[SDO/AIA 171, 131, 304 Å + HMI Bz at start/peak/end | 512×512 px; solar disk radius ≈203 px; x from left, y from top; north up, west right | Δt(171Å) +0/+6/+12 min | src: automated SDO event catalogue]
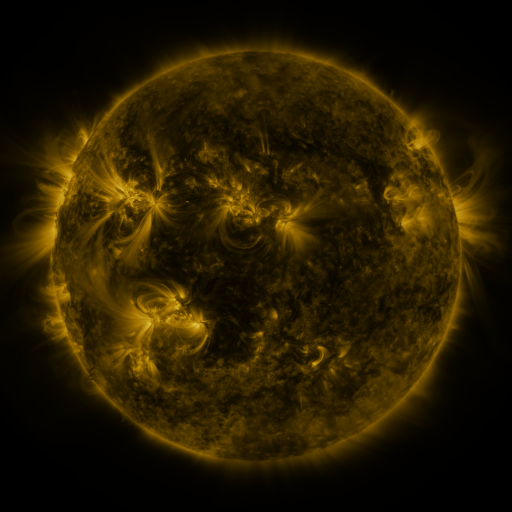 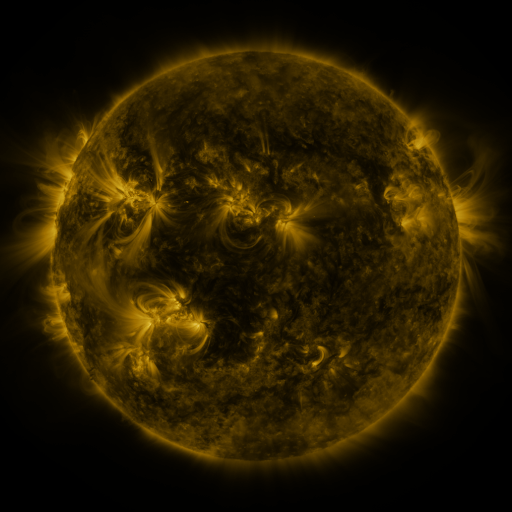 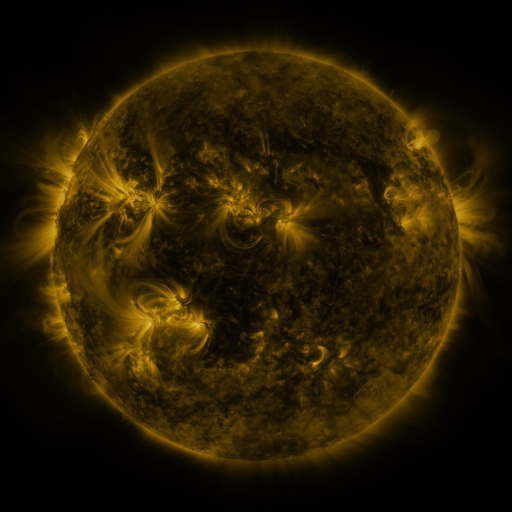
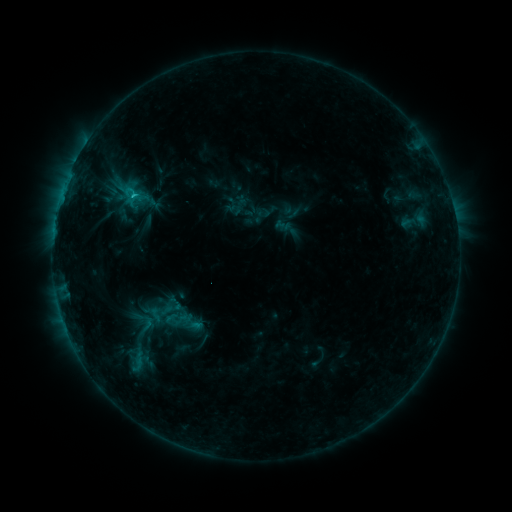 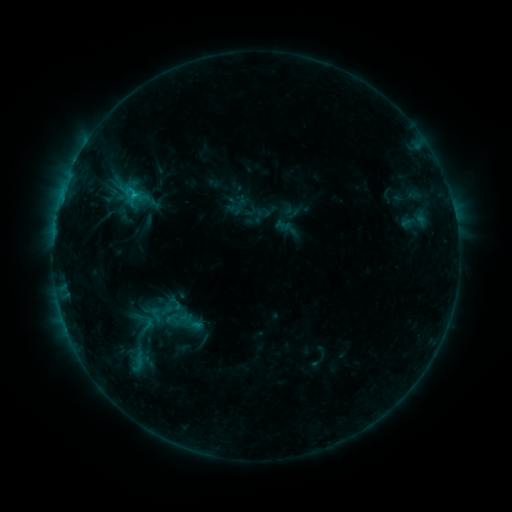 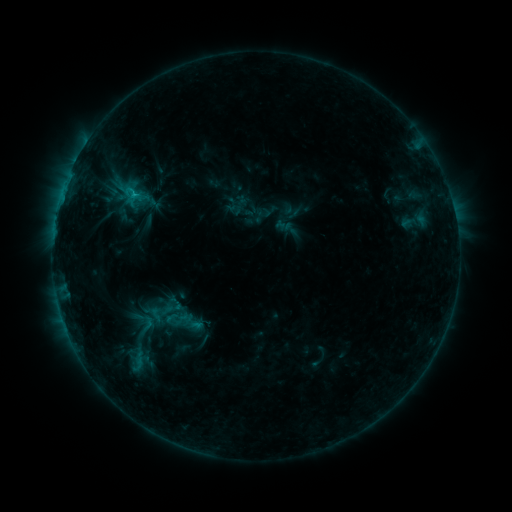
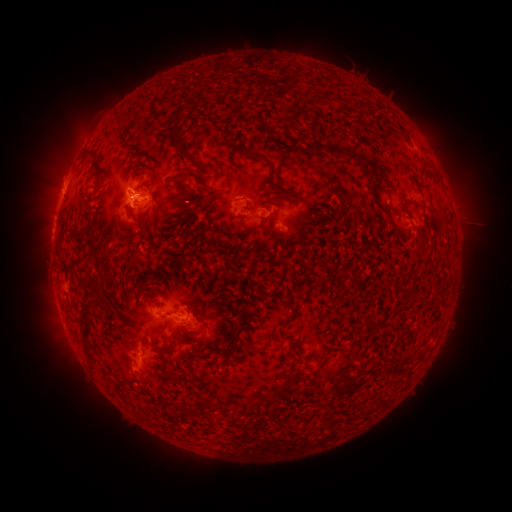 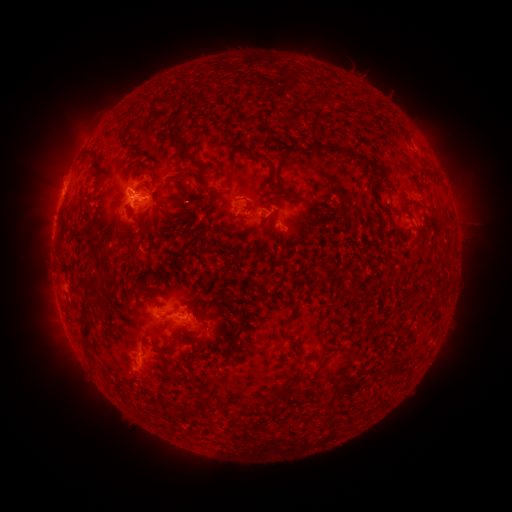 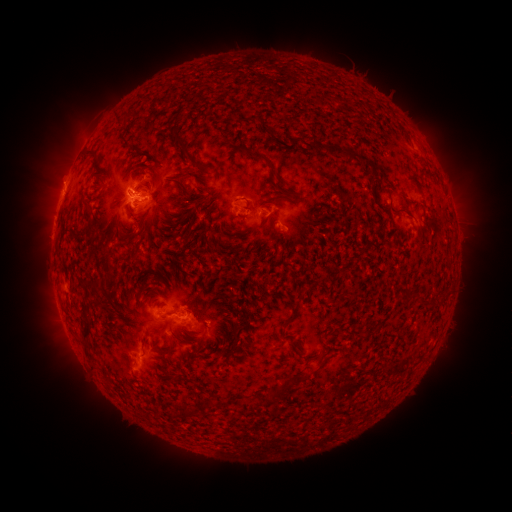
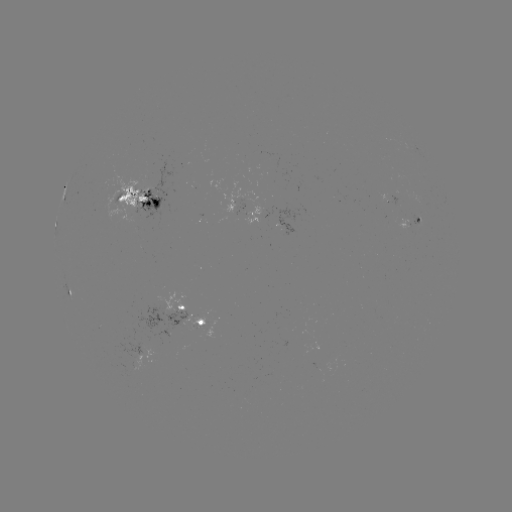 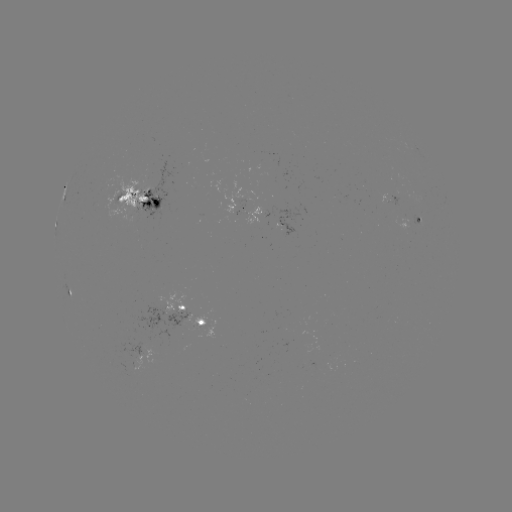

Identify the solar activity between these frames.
no classed flare was catalogued and no EUV brightening was flagged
